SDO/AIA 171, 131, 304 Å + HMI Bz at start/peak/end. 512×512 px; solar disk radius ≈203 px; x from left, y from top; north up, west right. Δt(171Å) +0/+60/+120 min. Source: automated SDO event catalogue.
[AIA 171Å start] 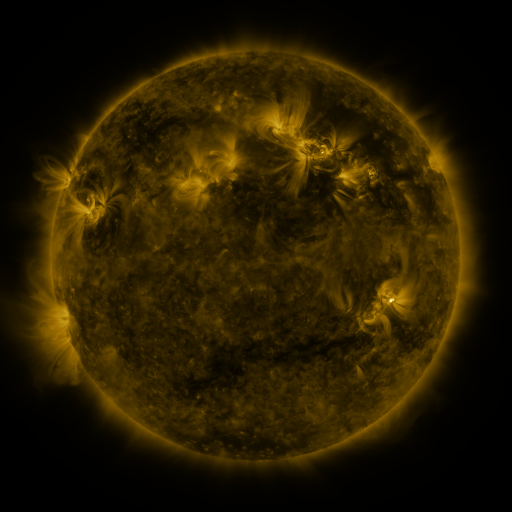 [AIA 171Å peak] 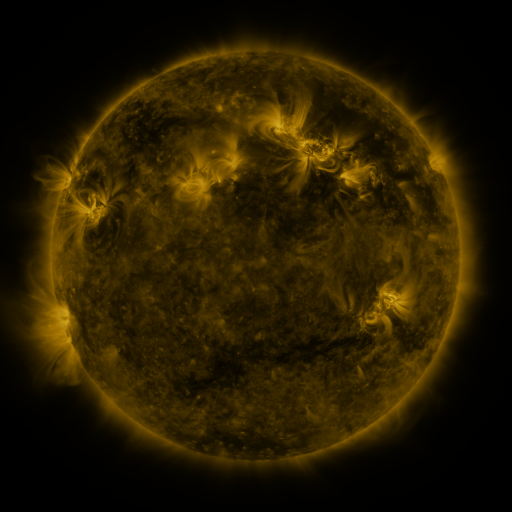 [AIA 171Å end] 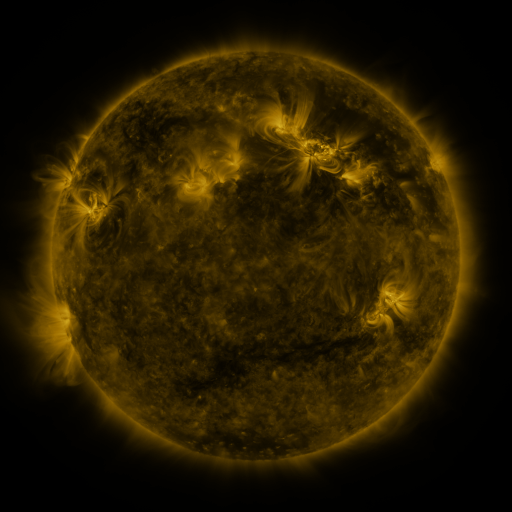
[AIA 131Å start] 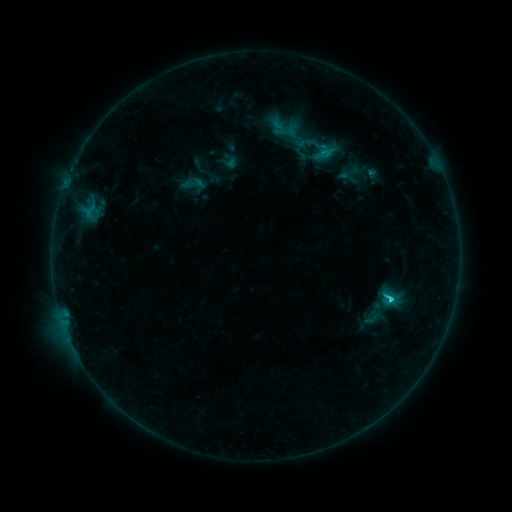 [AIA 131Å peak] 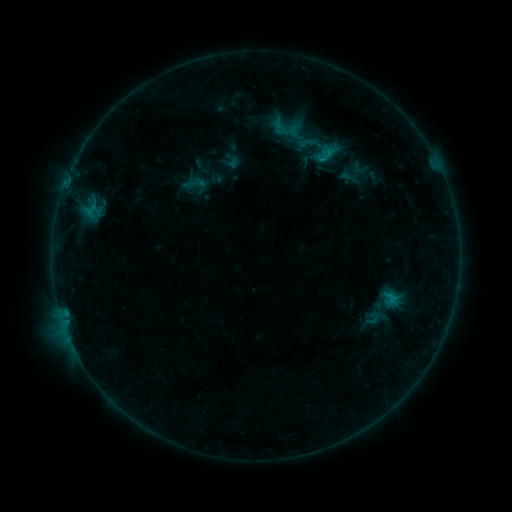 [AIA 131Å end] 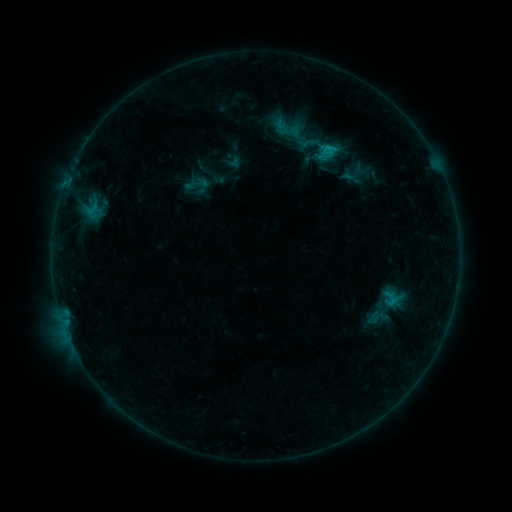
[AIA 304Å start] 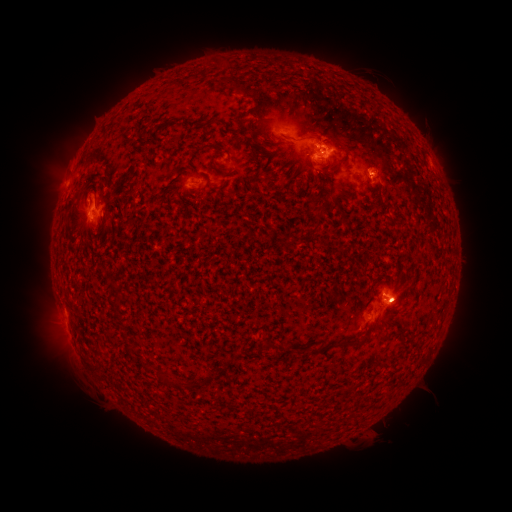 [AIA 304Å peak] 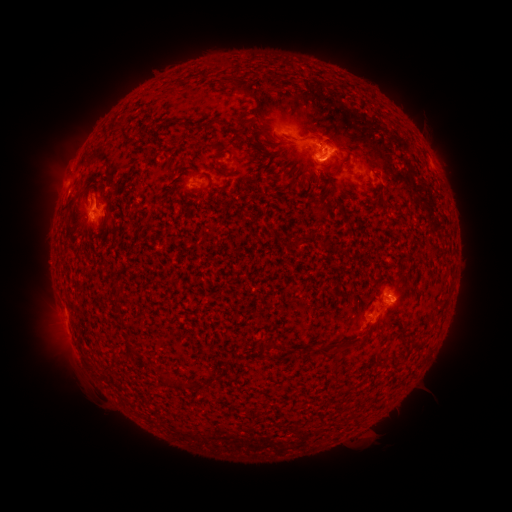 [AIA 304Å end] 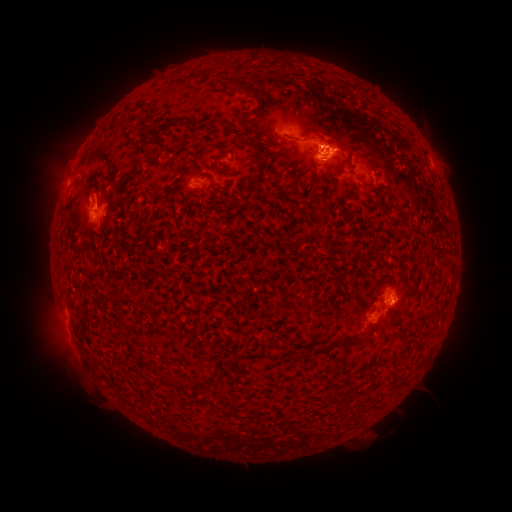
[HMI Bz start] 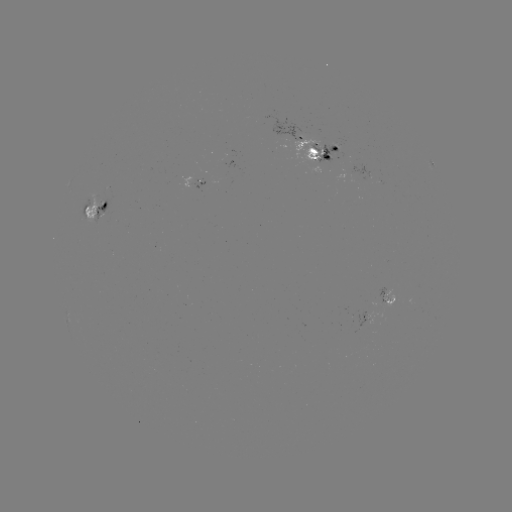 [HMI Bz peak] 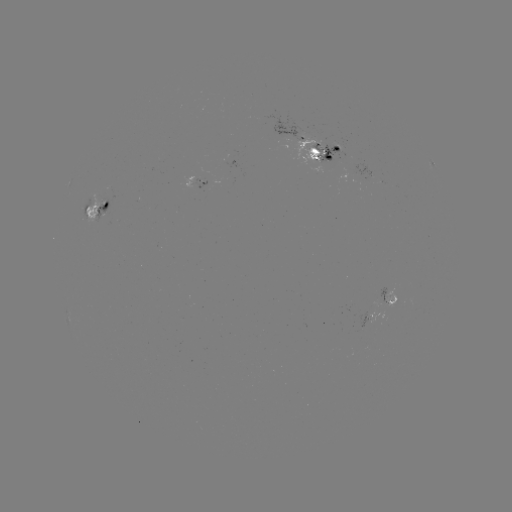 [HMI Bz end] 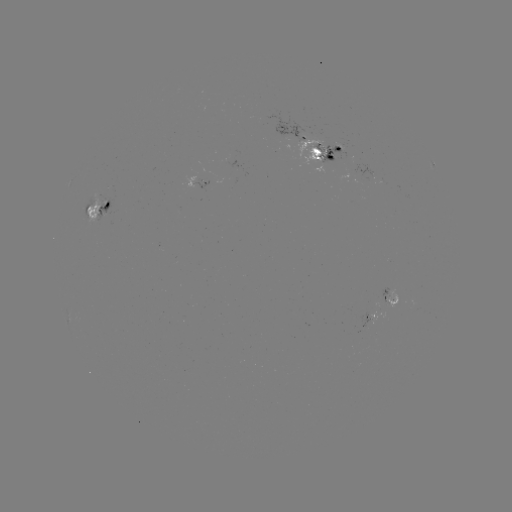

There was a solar emerging-flux region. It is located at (326, 150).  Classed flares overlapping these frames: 1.